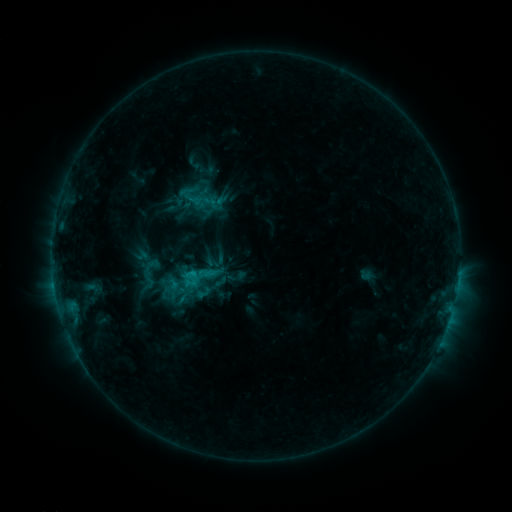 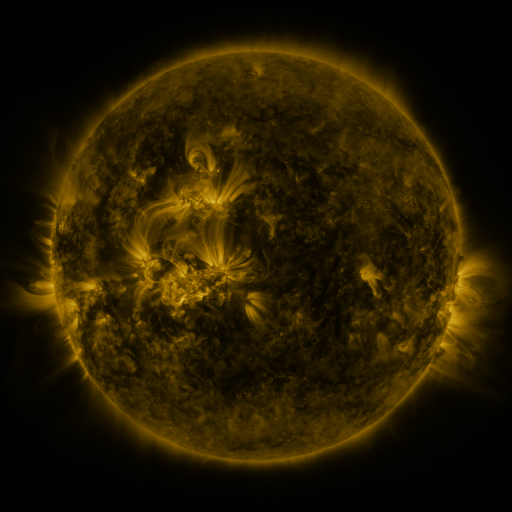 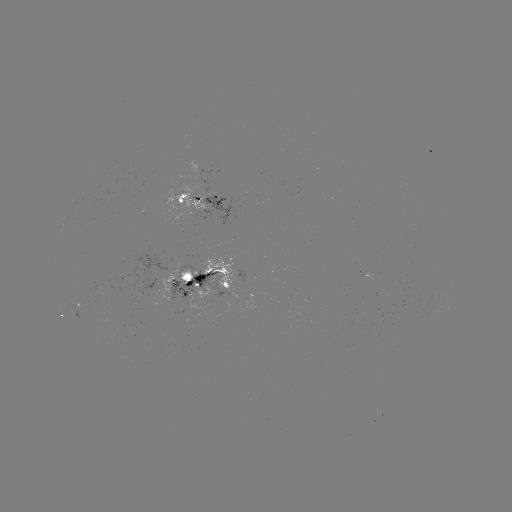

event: sigmoid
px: (149, 274)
